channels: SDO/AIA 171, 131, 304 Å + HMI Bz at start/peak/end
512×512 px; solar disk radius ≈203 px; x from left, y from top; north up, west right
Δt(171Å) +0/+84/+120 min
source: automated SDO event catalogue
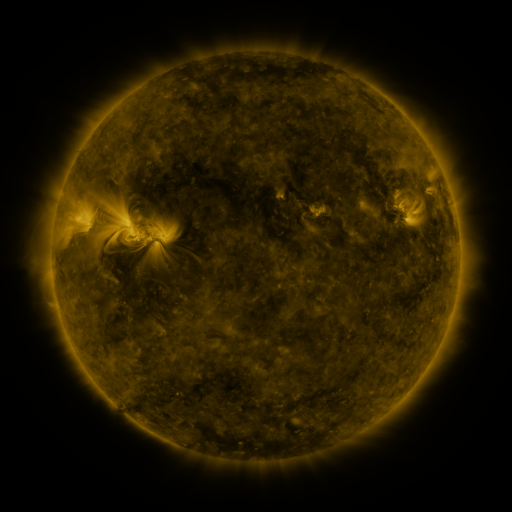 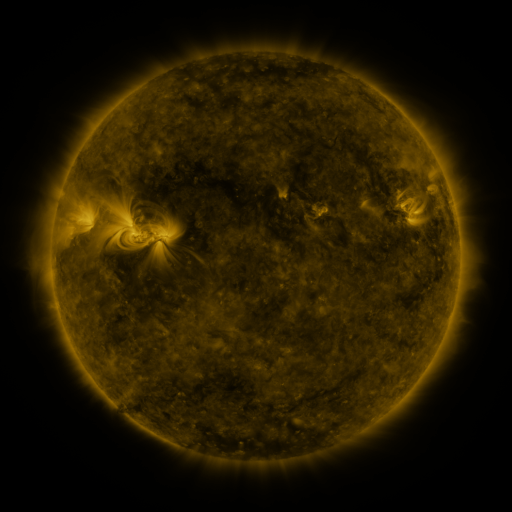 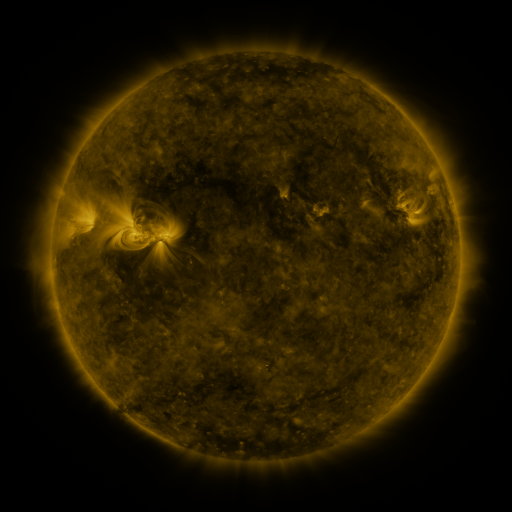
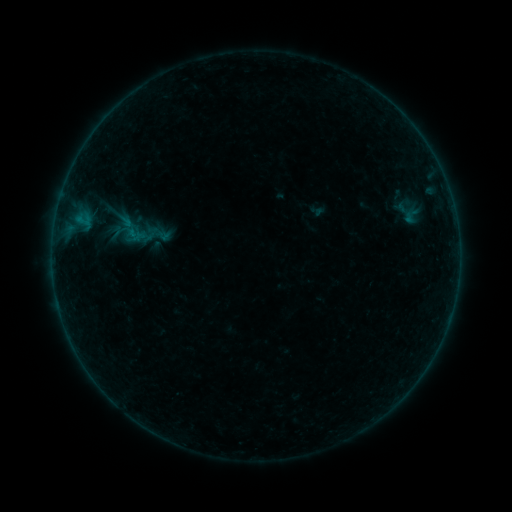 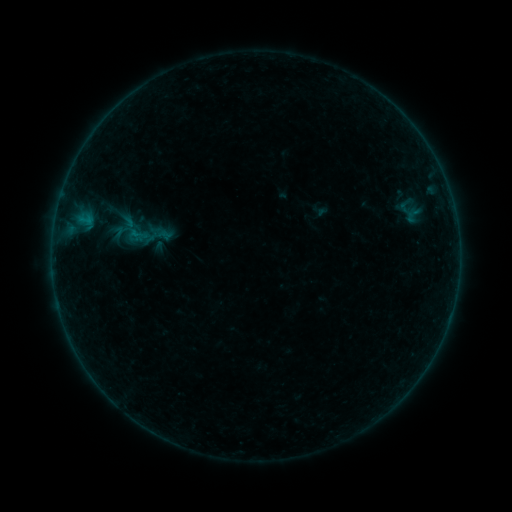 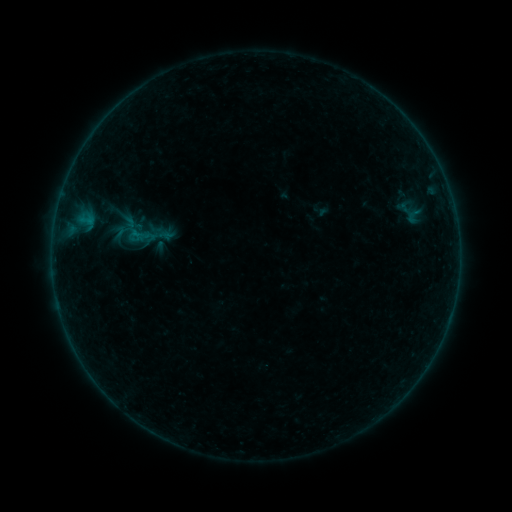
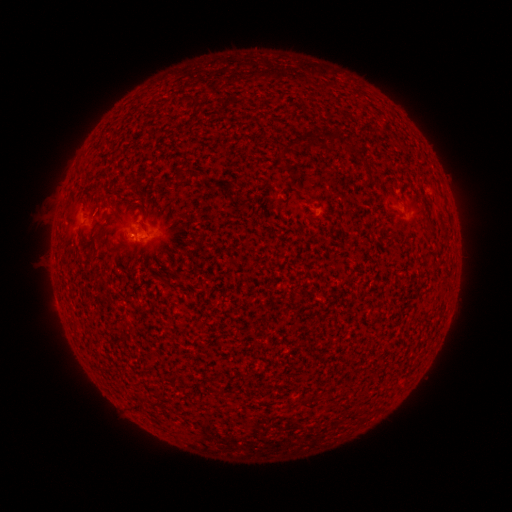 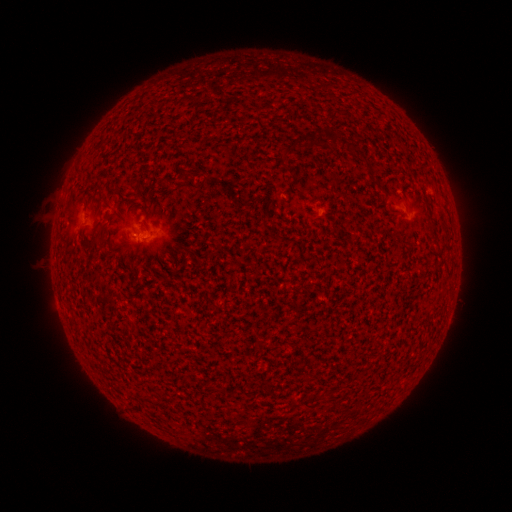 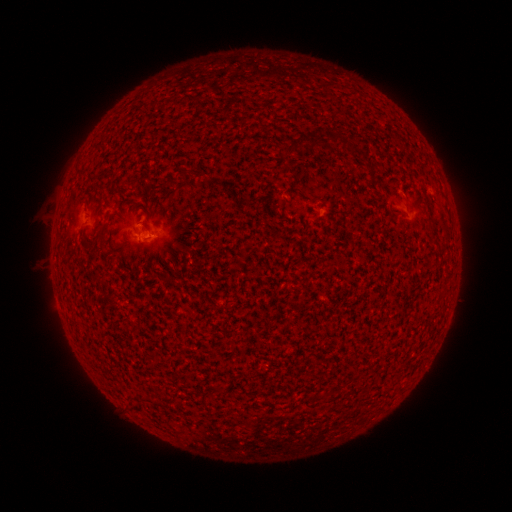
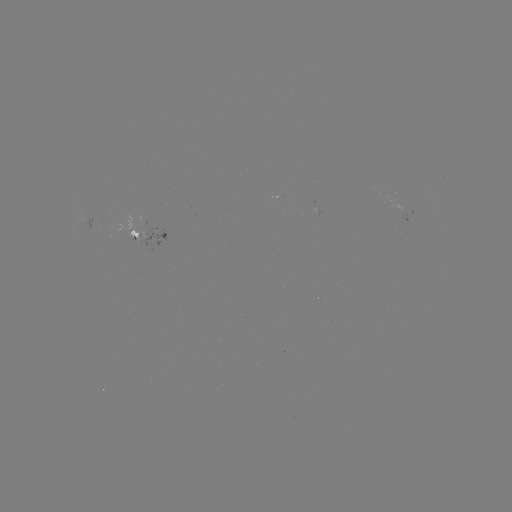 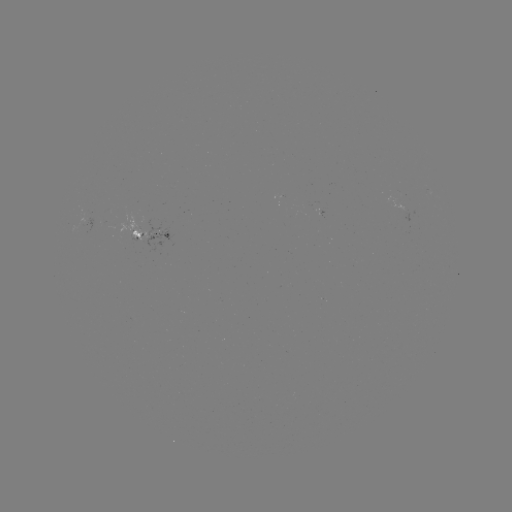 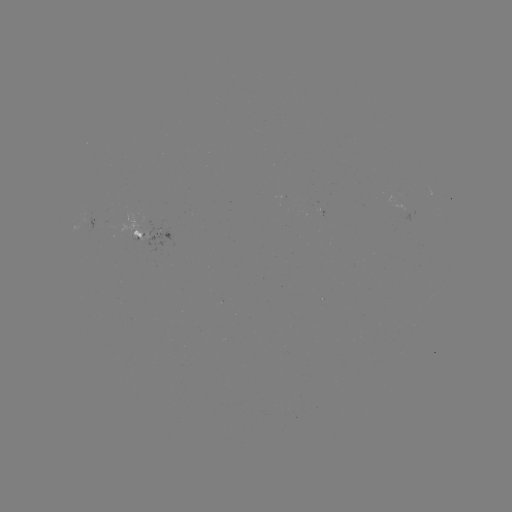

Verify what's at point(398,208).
emerging-flux region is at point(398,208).